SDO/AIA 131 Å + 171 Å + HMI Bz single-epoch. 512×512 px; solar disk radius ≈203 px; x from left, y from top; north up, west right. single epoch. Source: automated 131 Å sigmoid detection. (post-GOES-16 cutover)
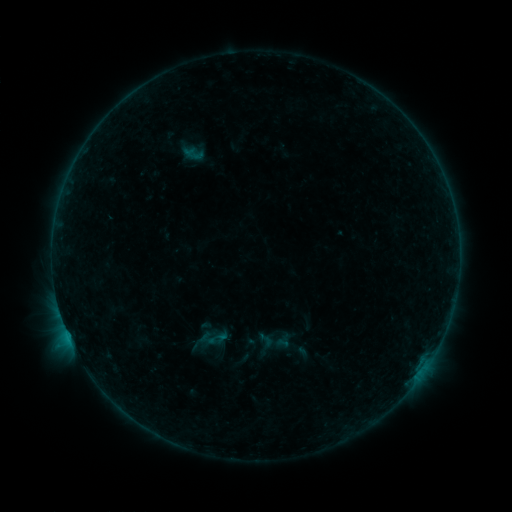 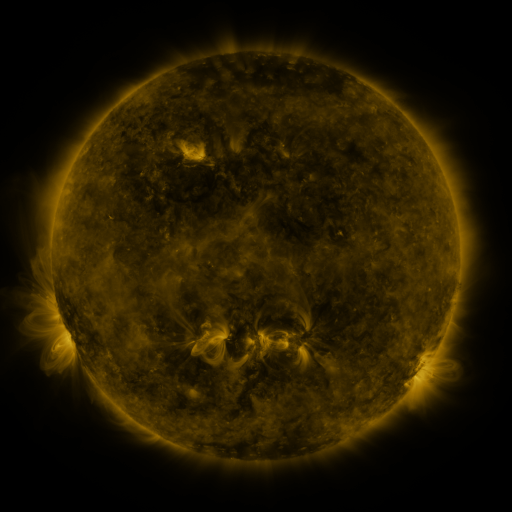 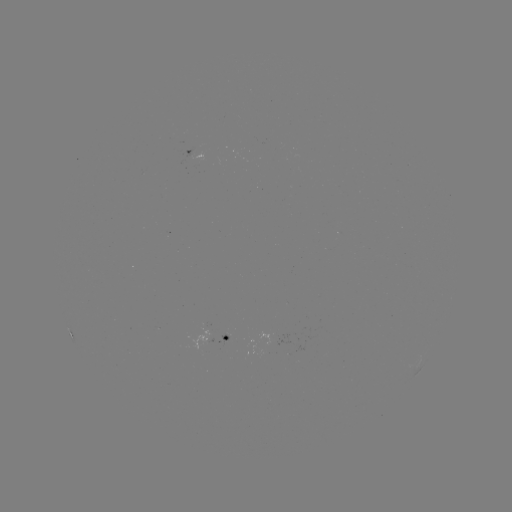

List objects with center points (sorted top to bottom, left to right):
sigmoid: (257, 331, 274, 348)
